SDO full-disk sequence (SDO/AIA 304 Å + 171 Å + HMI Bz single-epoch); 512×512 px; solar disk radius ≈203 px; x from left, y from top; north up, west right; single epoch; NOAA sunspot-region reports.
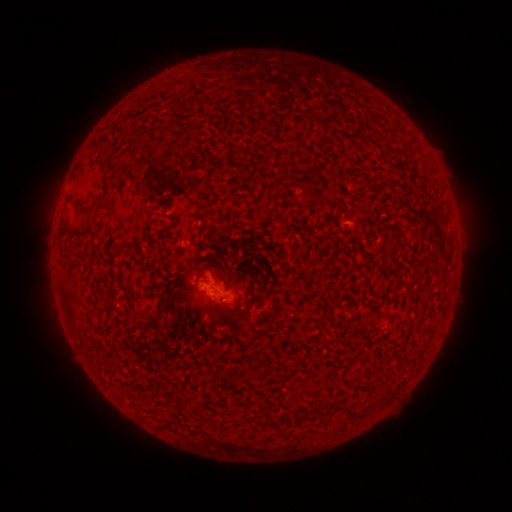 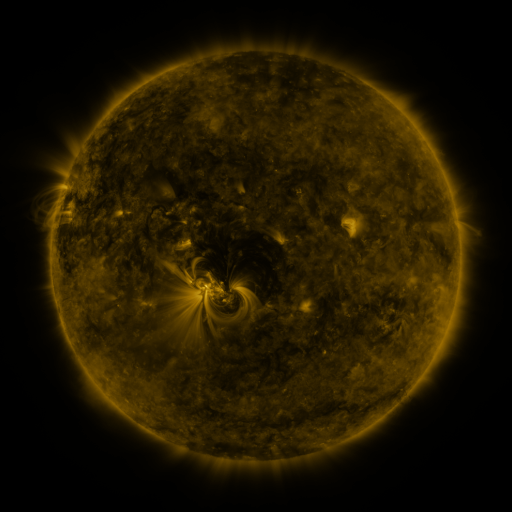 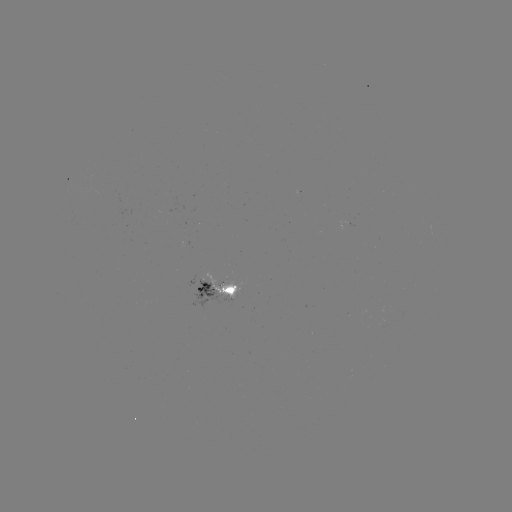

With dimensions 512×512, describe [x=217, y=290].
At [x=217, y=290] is spotted active region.